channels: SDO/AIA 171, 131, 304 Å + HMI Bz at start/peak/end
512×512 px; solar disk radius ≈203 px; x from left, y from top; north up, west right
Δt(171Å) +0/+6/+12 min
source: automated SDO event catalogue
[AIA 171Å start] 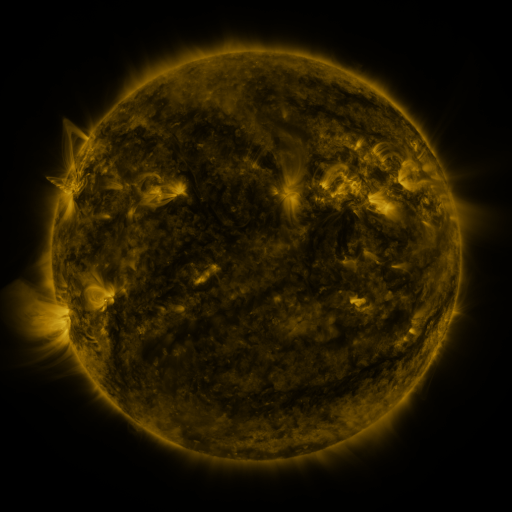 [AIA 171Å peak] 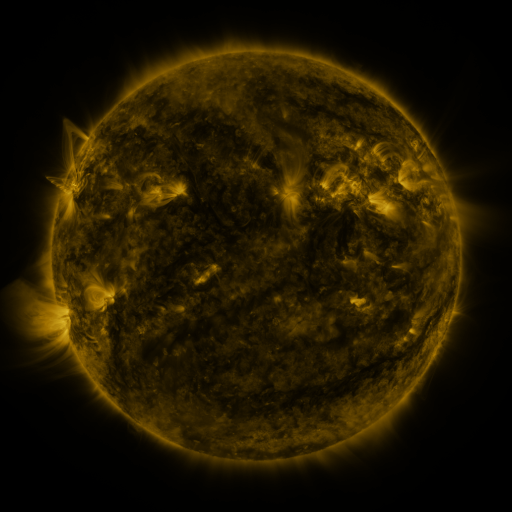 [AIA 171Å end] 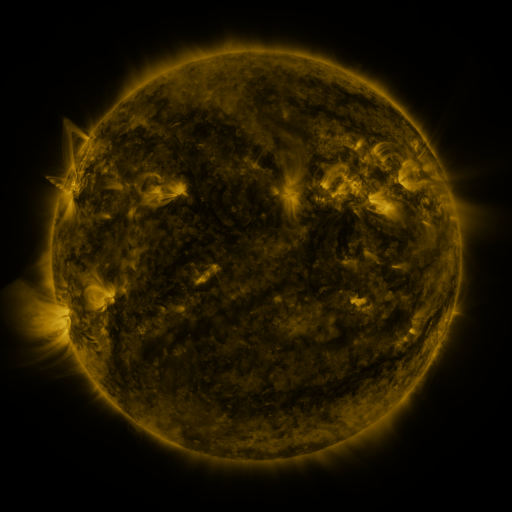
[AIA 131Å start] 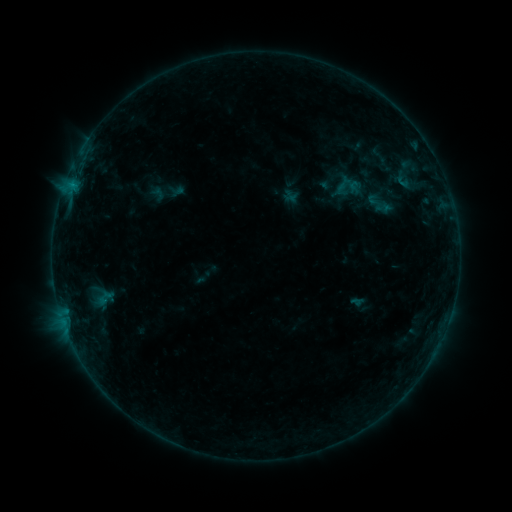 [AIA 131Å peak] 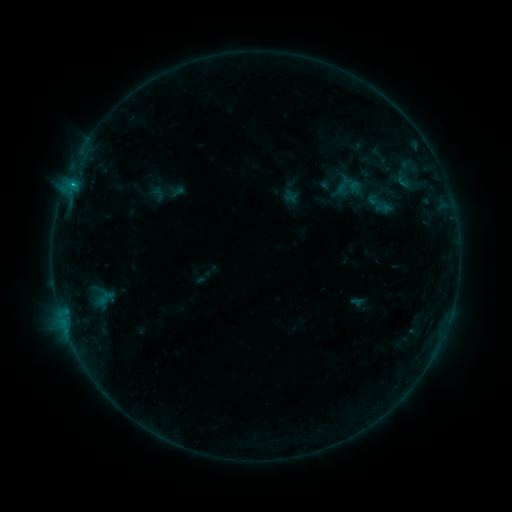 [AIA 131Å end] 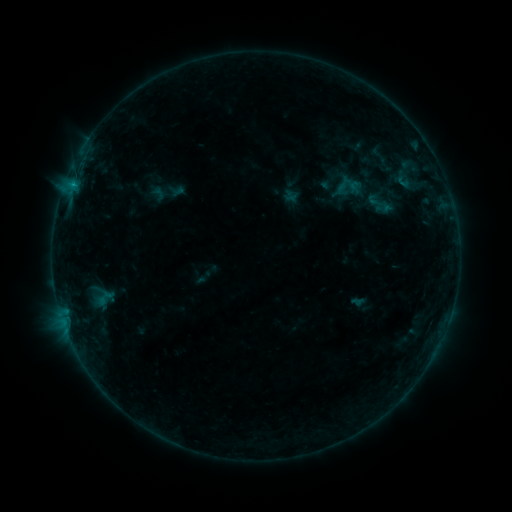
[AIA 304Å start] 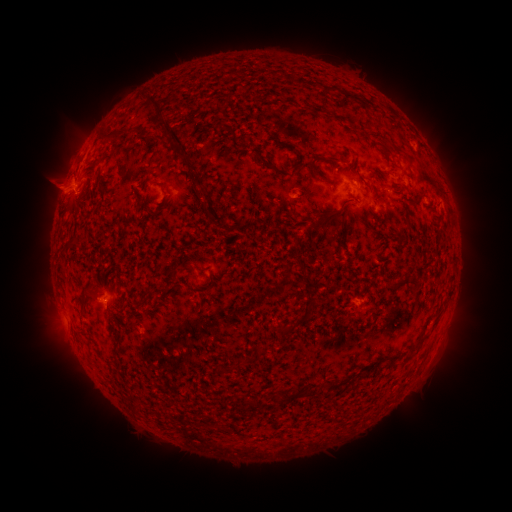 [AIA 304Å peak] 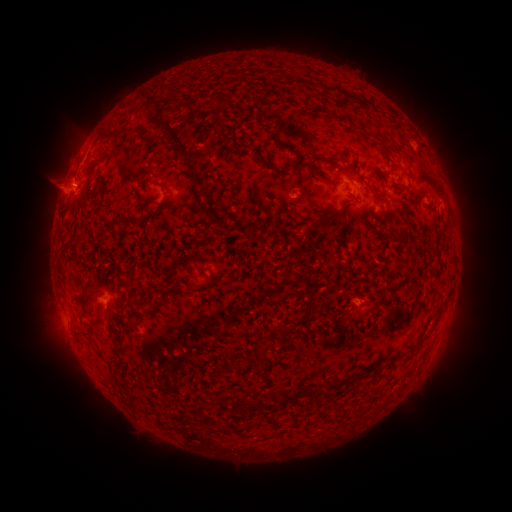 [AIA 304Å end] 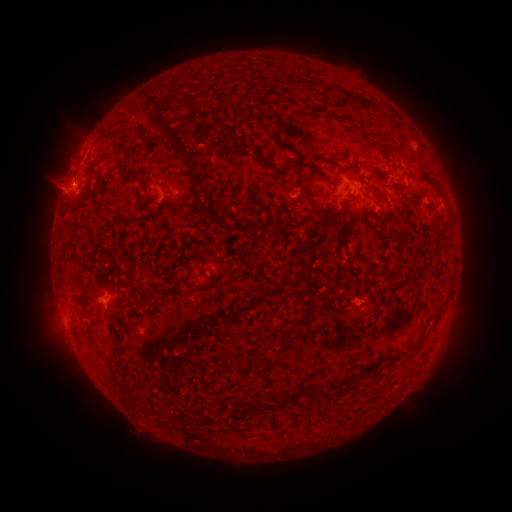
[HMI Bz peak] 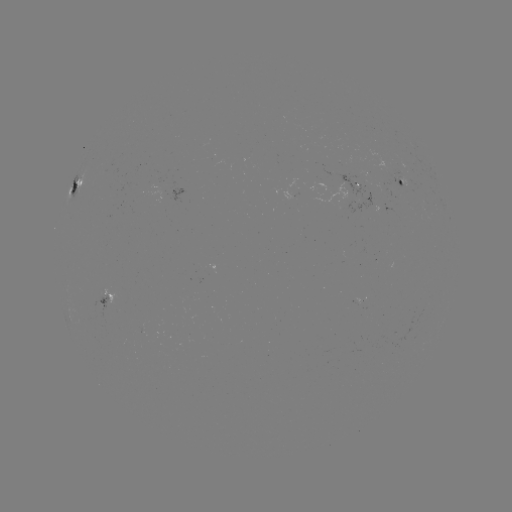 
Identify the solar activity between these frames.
B7.0 flare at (74, 191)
